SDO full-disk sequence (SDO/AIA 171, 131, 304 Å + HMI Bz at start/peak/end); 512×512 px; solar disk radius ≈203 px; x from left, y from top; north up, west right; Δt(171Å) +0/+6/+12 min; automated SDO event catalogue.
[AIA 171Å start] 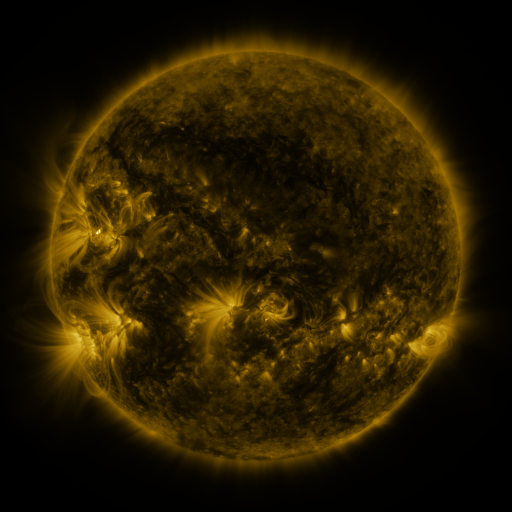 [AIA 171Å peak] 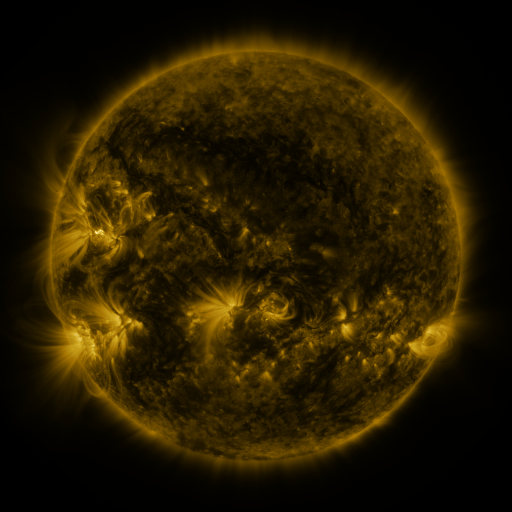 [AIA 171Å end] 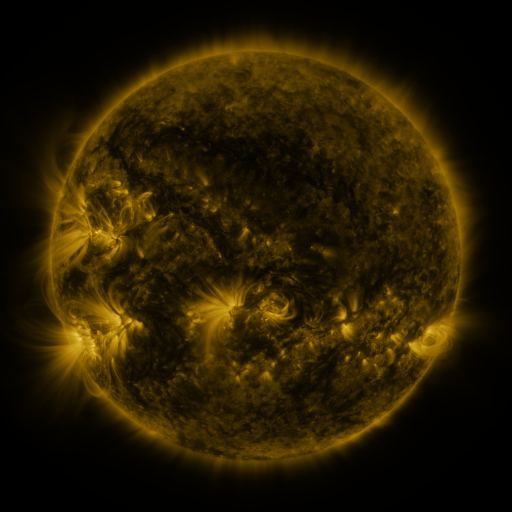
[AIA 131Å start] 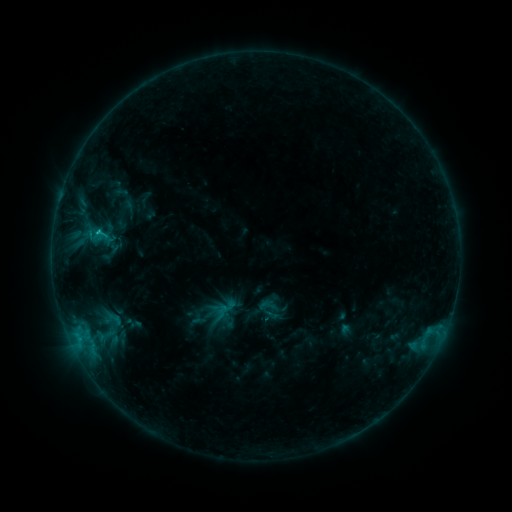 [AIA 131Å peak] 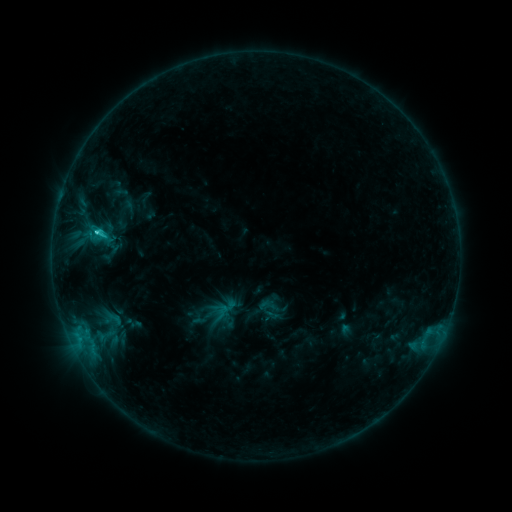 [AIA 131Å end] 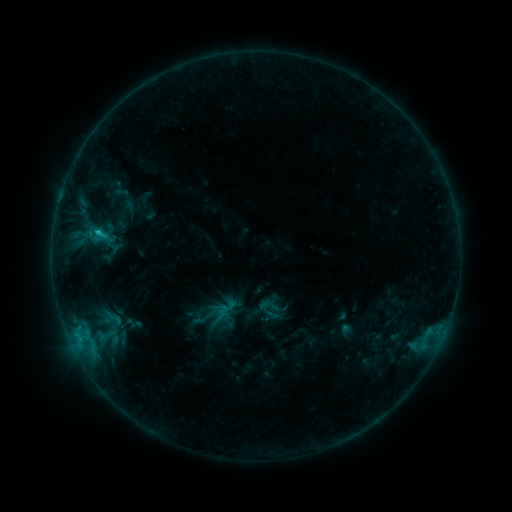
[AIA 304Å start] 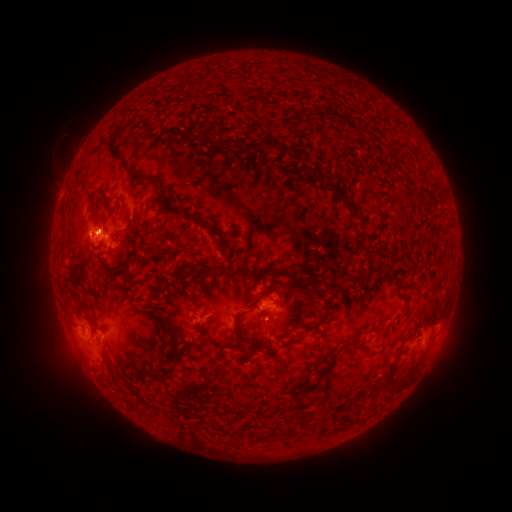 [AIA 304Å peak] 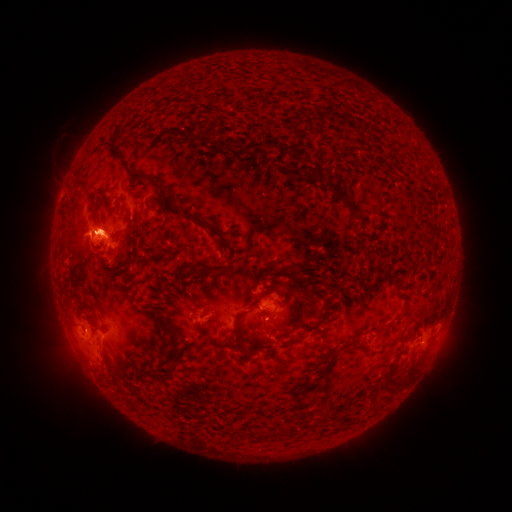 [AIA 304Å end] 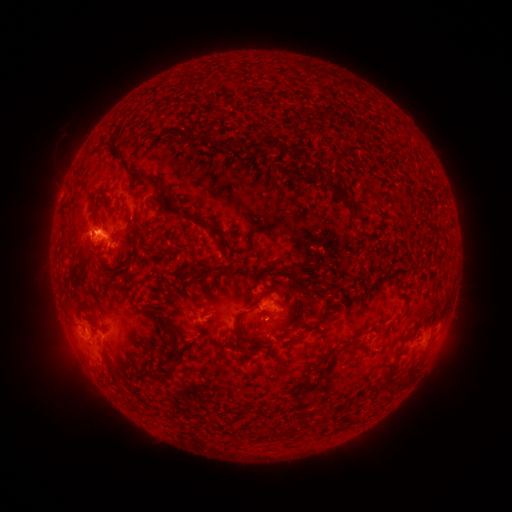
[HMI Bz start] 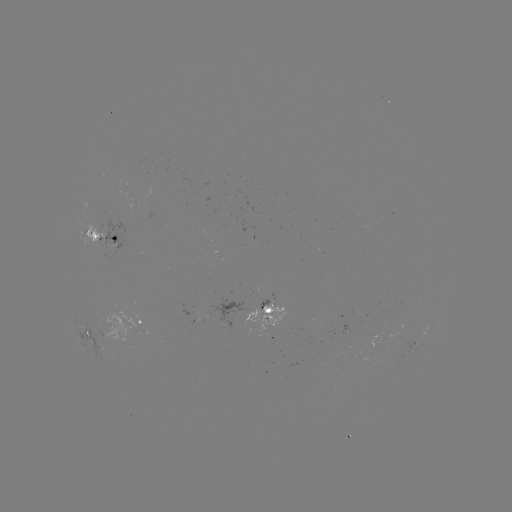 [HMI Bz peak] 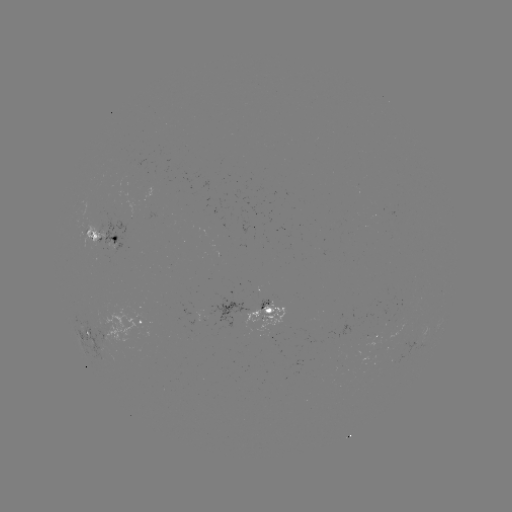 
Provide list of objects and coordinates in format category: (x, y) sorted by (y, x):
C1.3 flare: (97, 232)
